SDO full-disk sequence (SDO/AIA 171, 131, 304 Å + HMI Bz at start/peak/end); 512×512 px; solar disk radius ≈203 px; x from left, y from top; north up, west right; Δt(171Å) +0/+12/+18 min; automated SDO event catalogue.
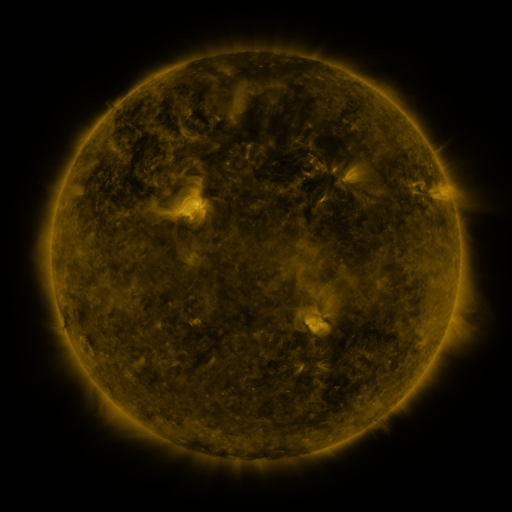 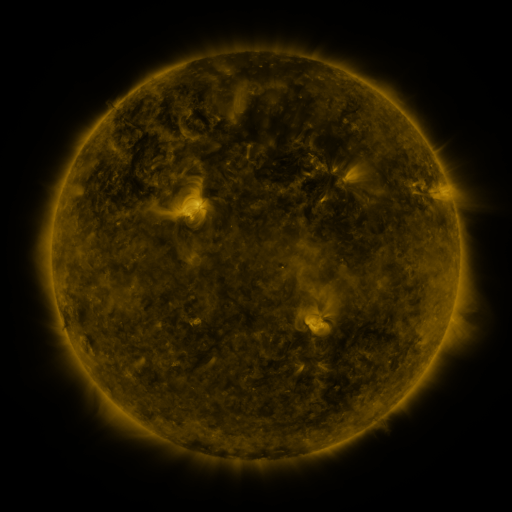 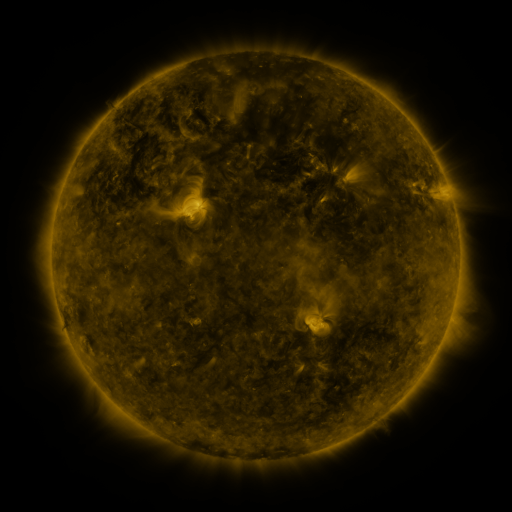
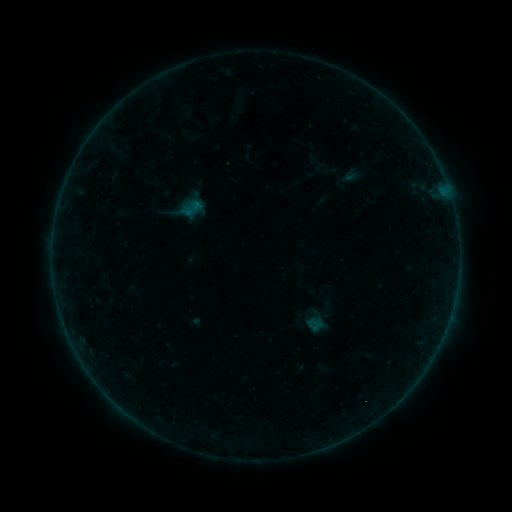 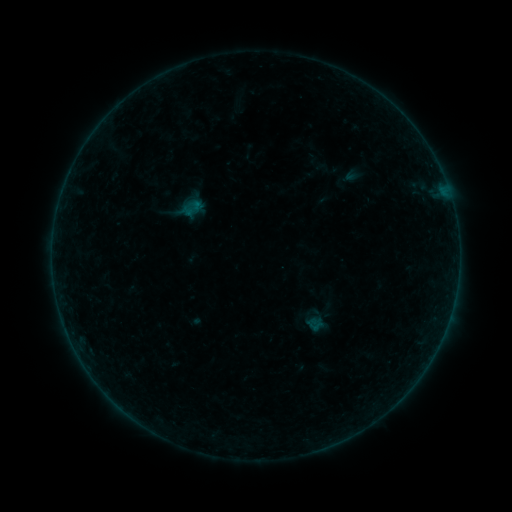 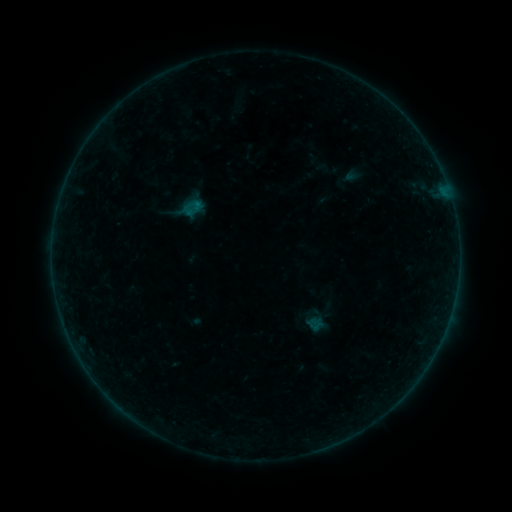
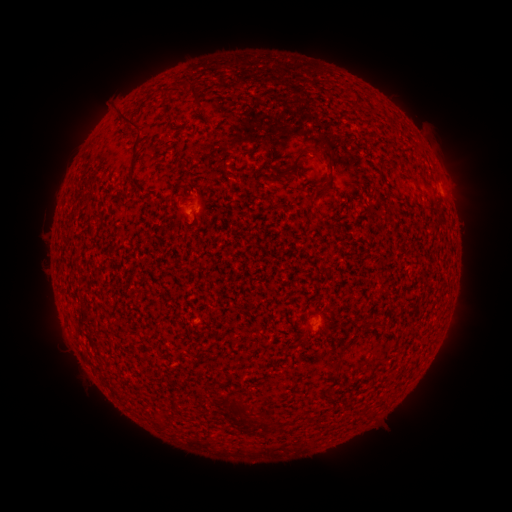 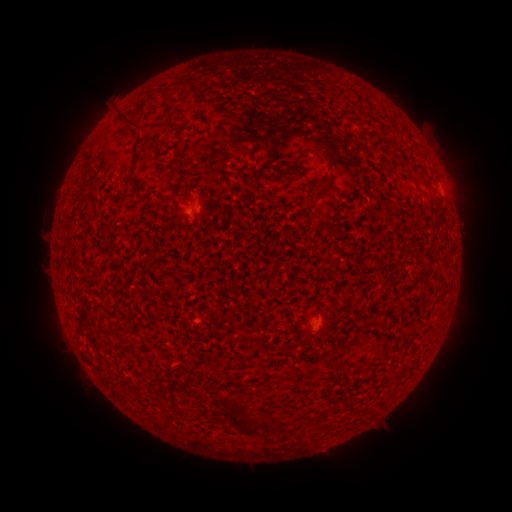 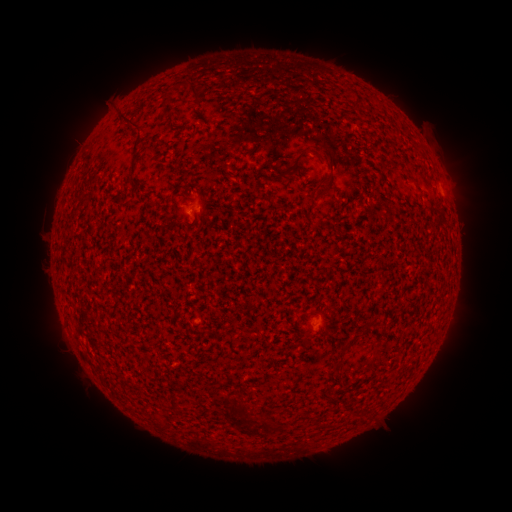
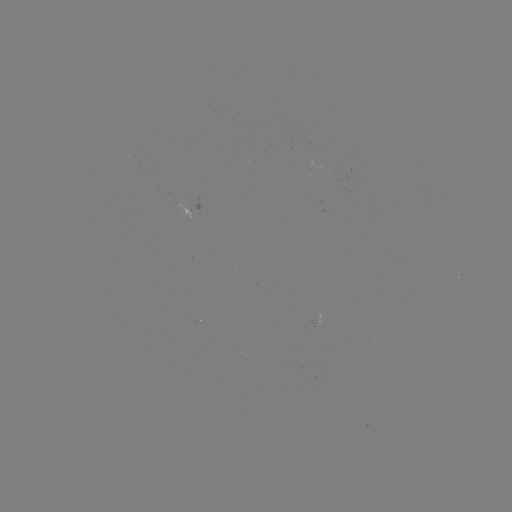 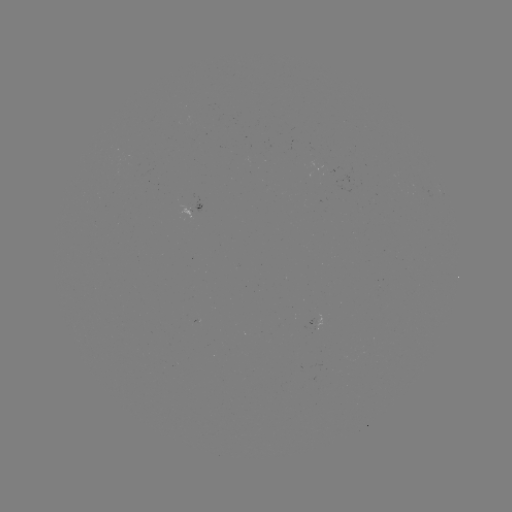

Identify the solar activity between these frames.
no flare in any classed list; no EUV-trigger detection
